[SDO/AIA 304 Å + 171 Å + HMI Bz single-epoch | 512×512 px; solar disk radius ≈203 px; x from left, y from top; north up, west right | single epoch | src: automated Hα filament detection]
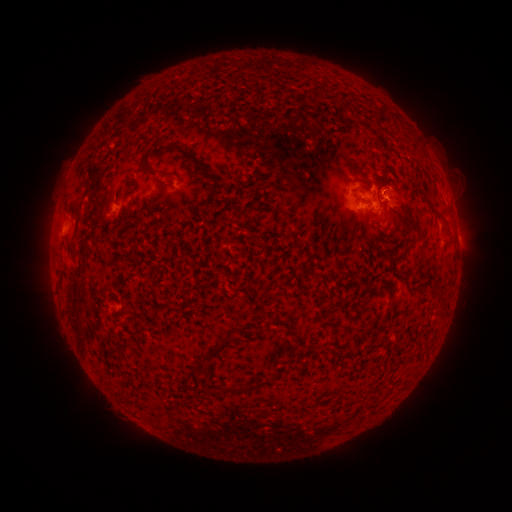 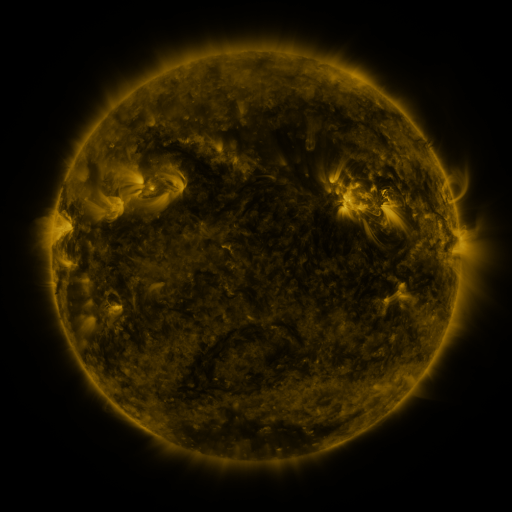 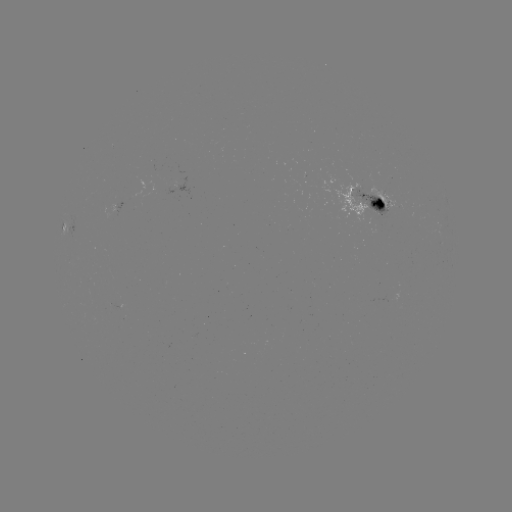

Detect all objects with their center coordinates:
filament: [199, 165, 209, 175]
filament: [157, 169, 175, 178]
filament: [211, 175, 221, 199]
filament: [375, 175, 428, 241]
filament: [109, 178, 118, 194]
filament: [71, 201, 82, 239]
filament: [430, 206, 449, 225]
filament: [385, 208, 393, 219]
filament: [266, 268, 278, 278]
filament: [435, 290, 447, 316]
filament: [227, 334, 239, 342]
filament: [192, 351, 215, 375]
filament: [266, 372, 279, 383]
filament: [238, 379, 250, 393]
